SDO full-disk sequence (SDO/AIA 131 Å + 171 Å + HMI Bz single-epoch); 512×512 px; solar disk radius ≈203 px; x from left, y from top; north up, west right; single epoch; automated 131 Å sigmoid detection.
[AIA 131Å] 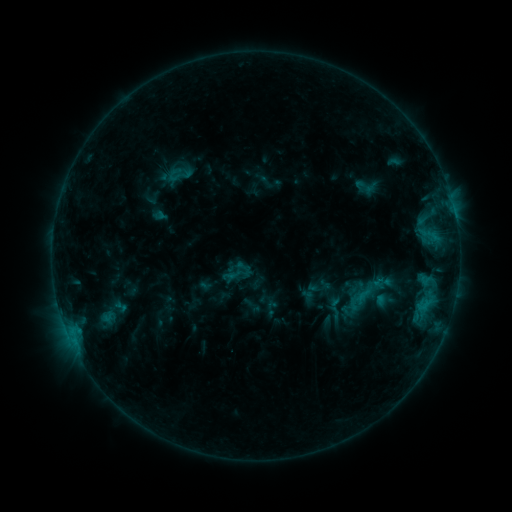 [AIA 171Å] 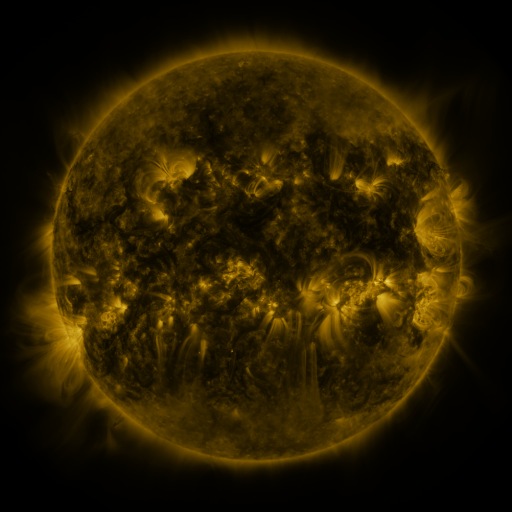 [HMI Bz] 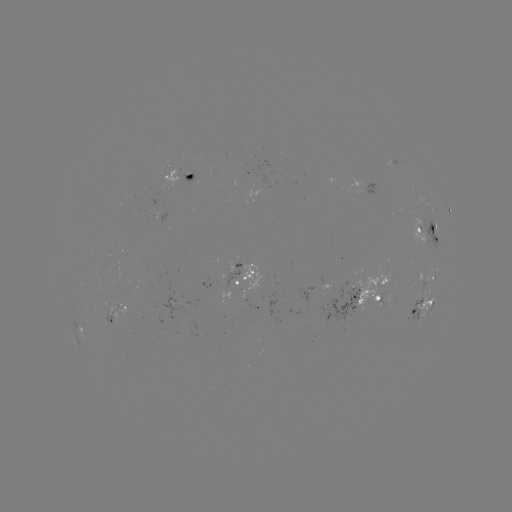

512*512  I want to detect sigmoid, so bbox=[166, 166, 184, 184].